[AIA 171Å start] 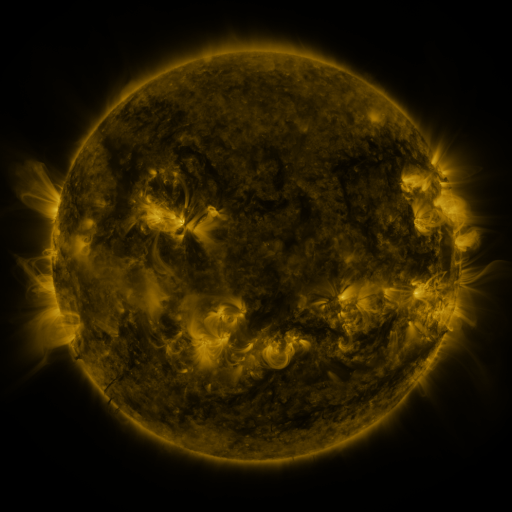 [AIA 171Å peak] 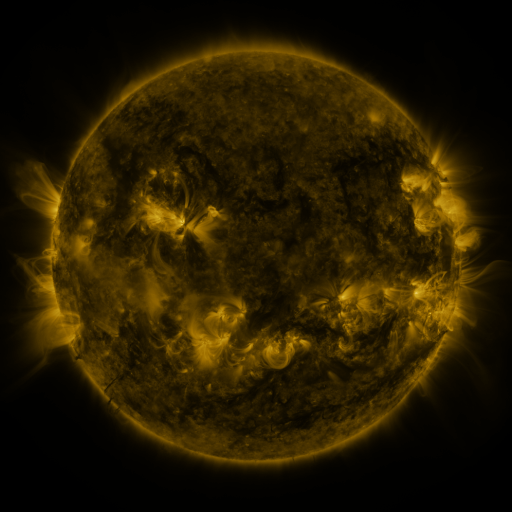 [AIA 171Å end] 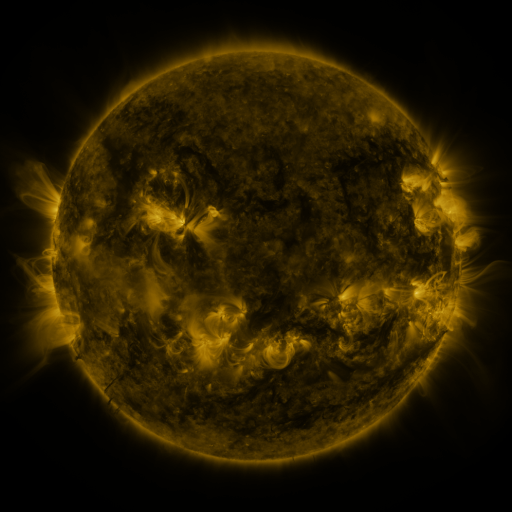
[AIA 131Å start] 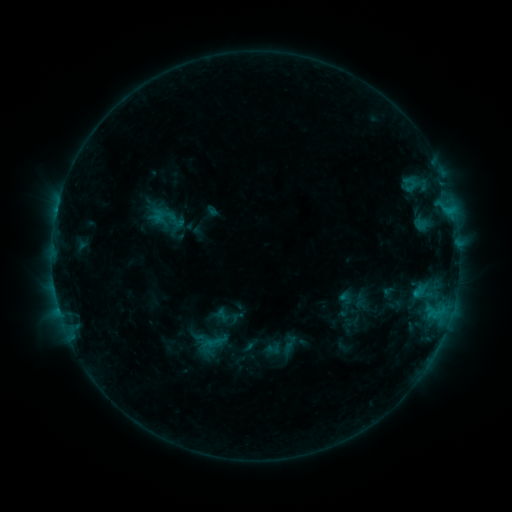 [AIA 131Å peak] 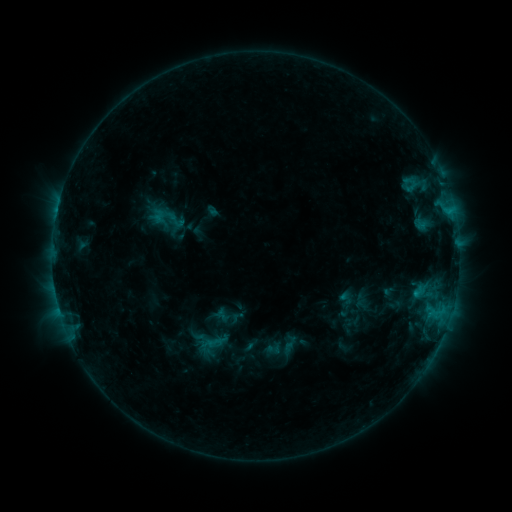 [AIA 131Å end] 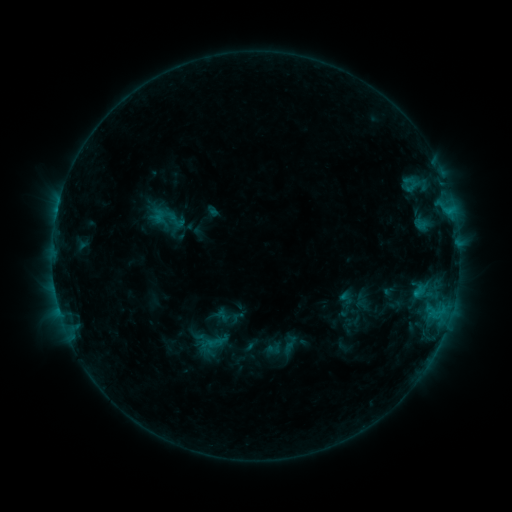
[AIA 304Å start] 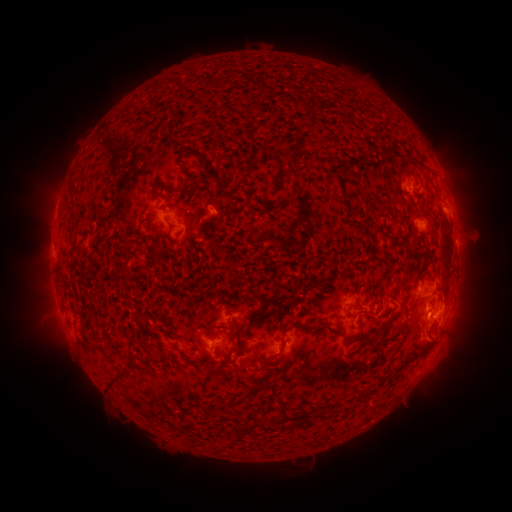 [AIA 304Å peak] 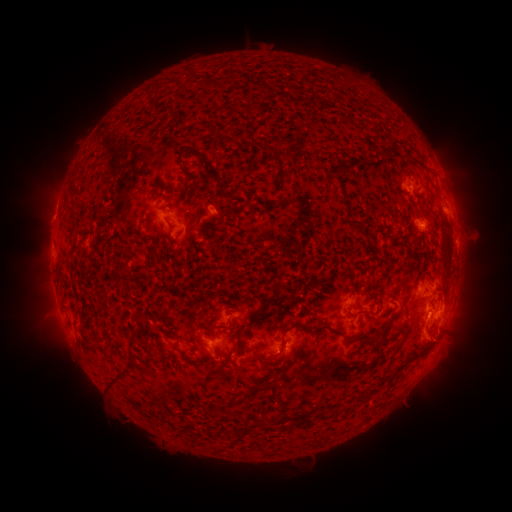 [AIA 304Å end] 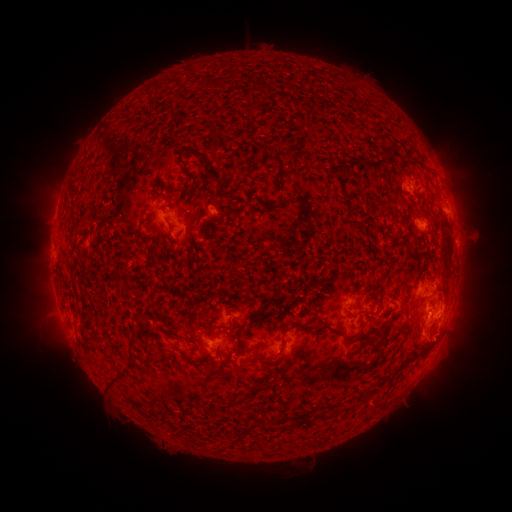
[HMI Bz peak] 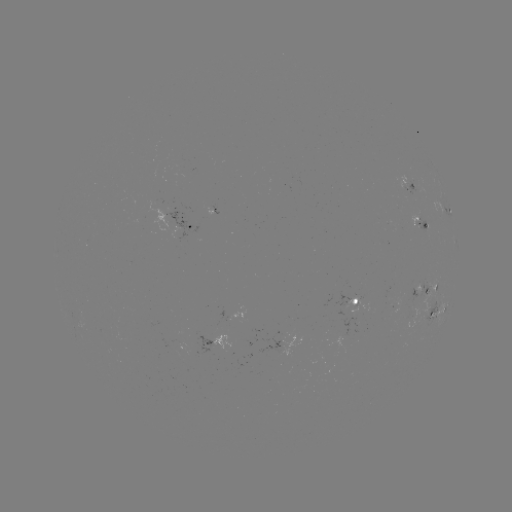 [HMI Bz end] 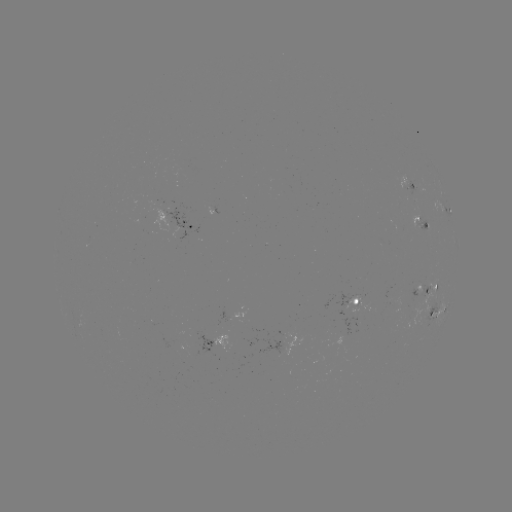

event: eruption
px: (439, 342)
